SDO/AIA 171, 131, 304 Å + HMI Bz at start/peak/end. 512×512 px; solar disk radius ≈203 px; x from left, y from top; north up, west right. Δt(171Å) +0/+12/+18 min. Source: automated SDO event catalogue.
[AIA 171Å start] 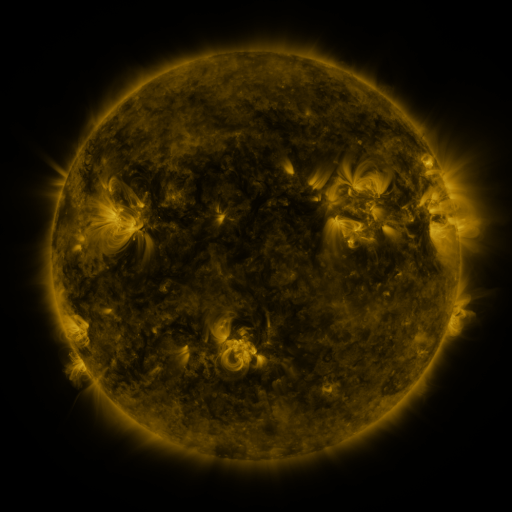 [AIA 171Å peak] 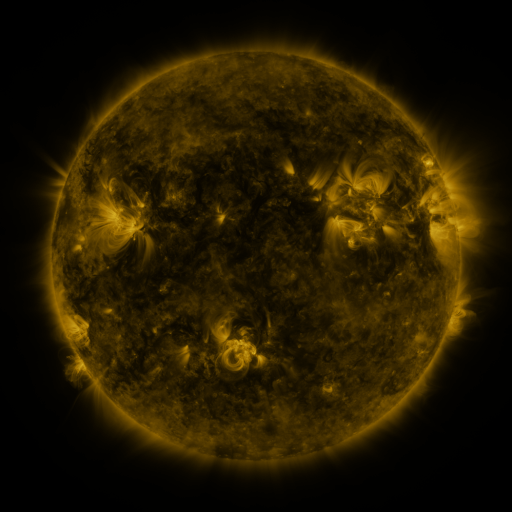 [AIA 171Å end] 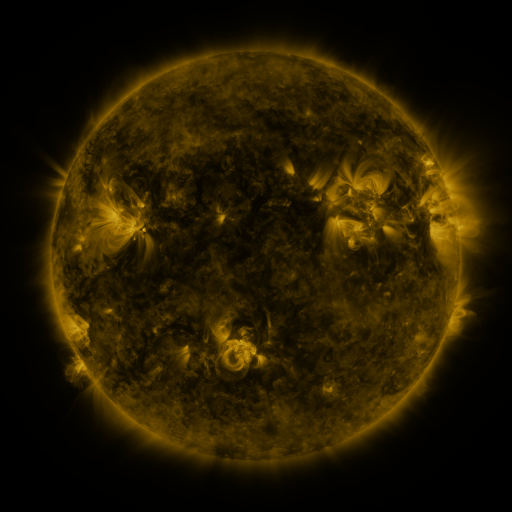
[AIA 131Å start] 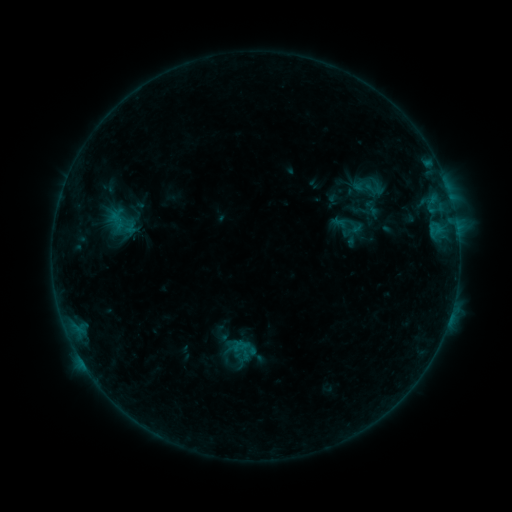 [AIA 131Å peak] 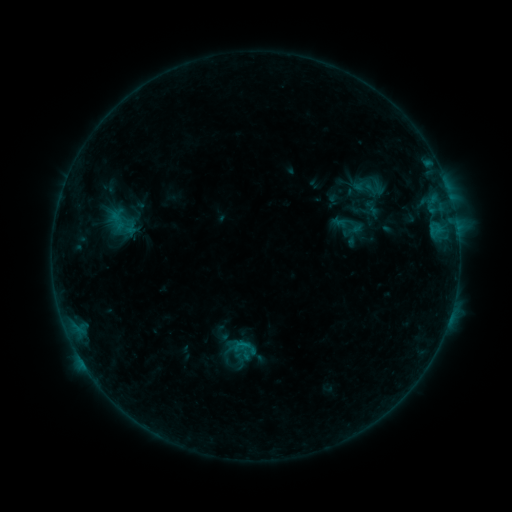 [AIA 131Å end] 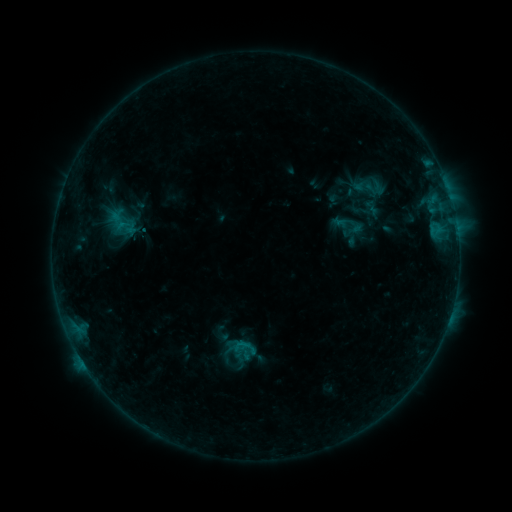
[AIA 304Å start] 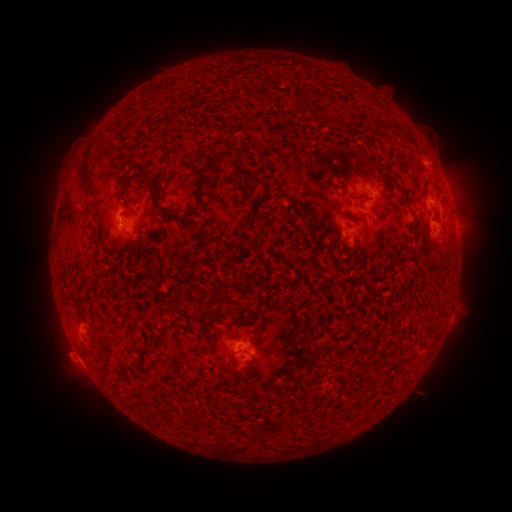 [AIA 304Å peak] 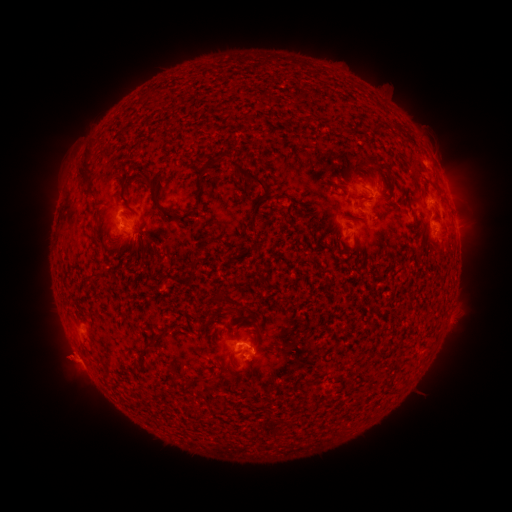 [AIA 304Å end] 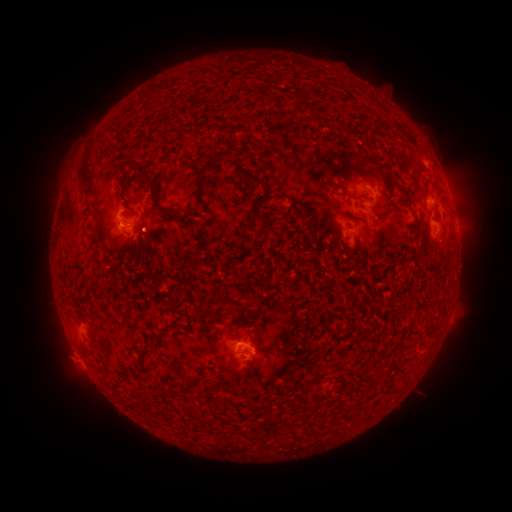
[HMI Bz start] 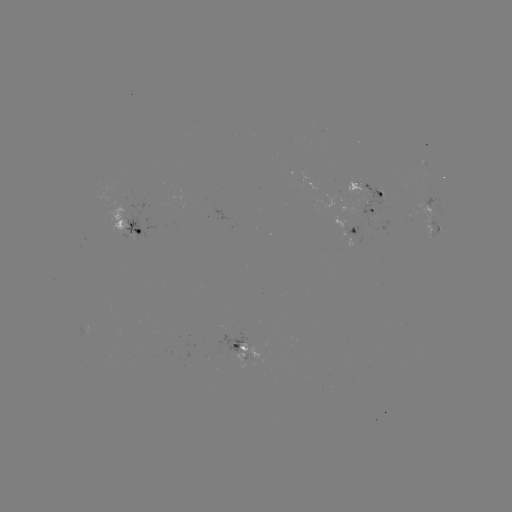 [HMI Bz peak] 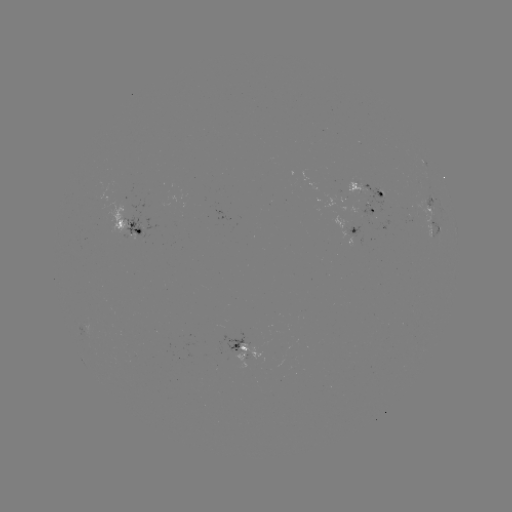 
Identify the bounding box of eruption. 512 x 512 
[44, 333, 88, 385].